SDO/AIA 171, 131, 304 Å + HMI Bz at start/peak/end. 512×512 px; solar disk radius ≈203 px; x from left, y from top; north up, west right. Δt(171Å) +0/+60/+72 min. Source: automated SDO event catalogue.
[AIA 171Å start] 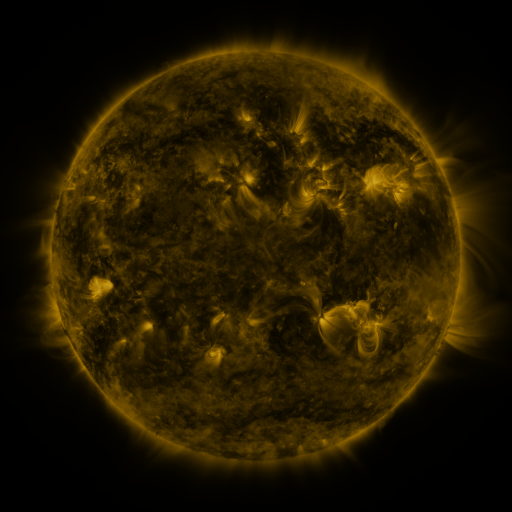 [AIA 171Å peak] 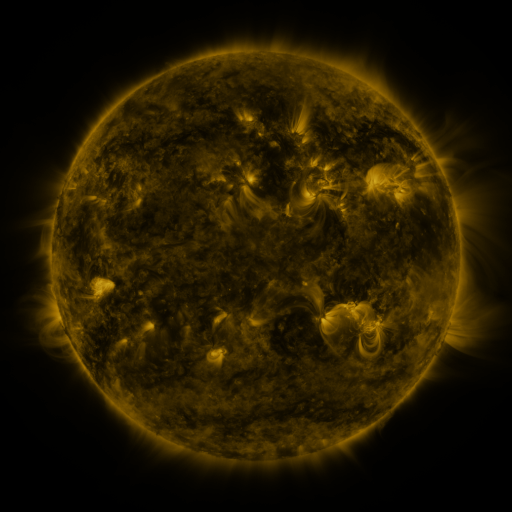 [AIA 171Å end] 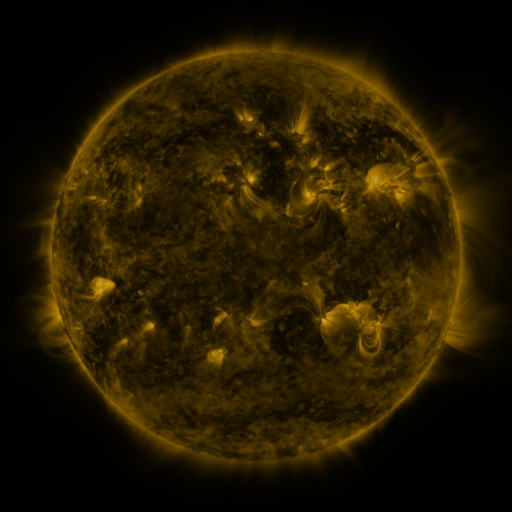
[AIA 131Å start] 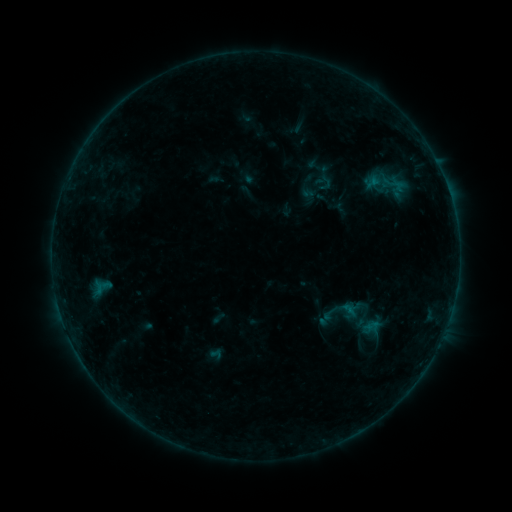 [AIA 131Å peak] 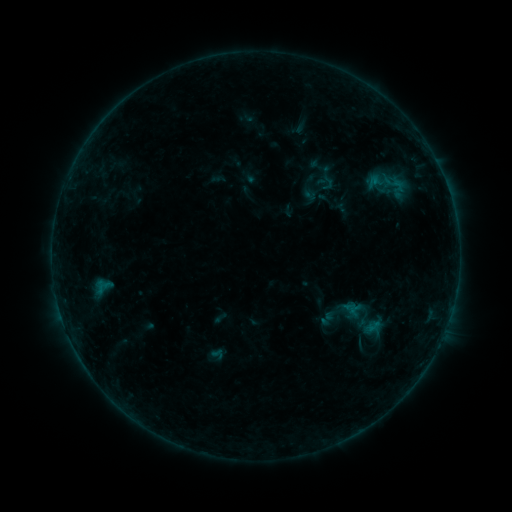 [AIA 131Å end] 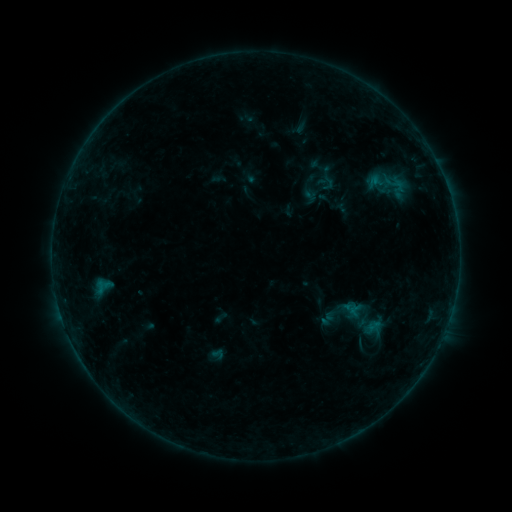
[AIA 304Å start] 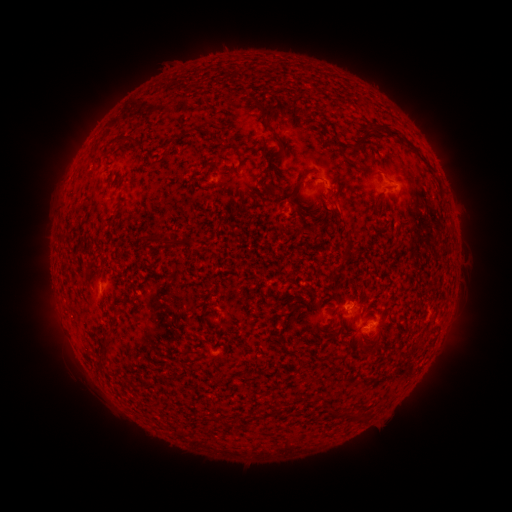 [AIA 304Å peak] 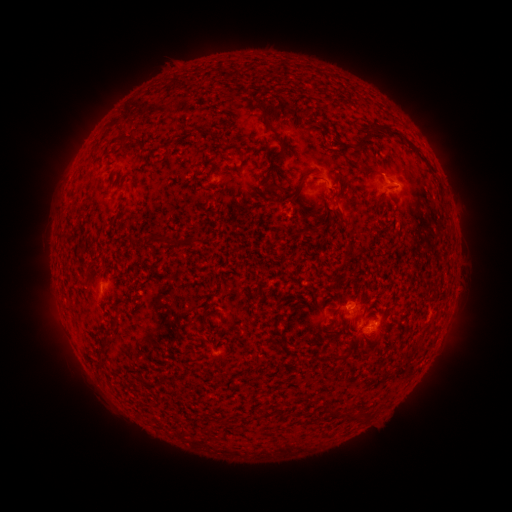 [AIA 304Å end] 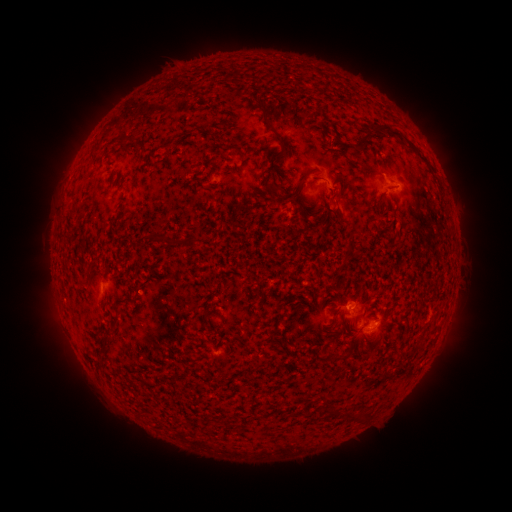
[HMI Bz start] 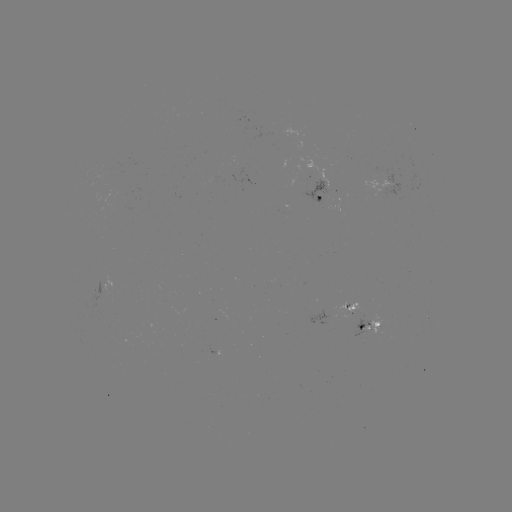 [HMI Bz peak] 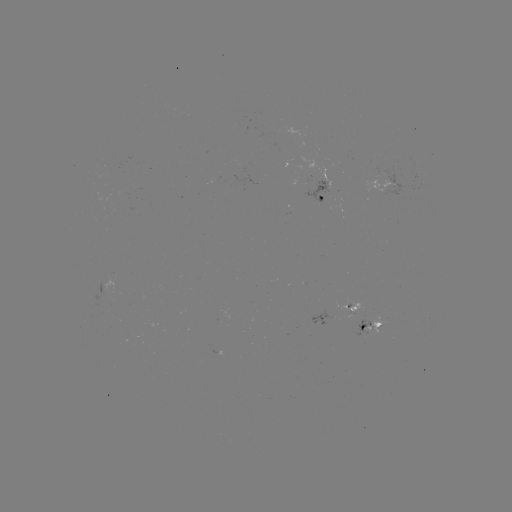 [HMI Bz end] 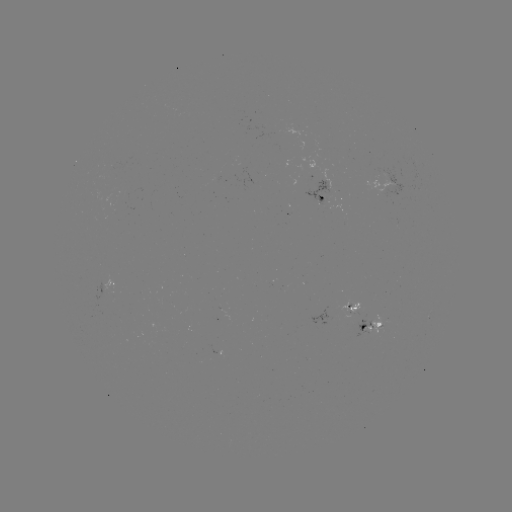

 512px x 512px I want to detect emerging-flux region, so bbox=[363, 312, 383, 335].